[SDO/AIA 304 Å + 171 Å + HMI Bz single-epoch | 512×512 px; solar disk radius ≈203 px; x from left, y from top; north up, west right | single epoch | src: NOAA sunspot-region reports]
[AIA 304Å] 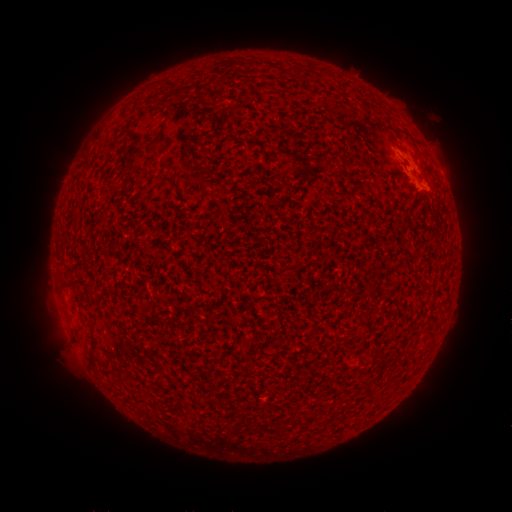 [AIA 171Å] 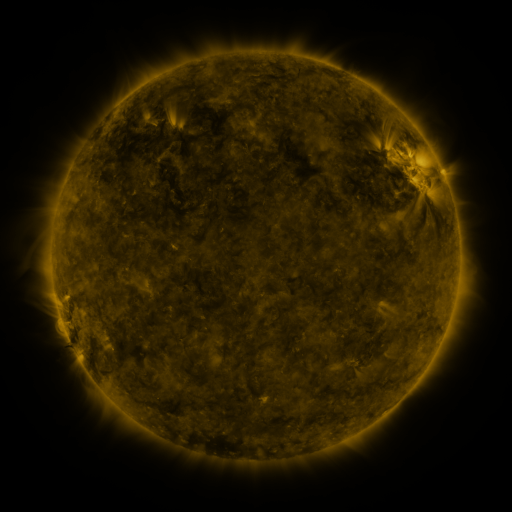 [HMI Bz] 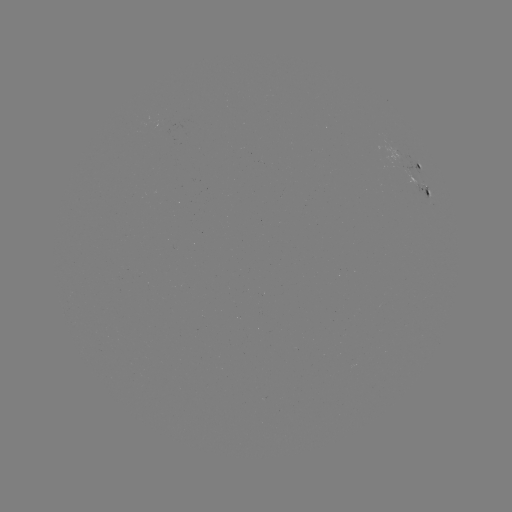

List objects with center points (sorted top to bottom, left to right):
spotted active region: (424, 165)
spotted active region: (428, 187)
